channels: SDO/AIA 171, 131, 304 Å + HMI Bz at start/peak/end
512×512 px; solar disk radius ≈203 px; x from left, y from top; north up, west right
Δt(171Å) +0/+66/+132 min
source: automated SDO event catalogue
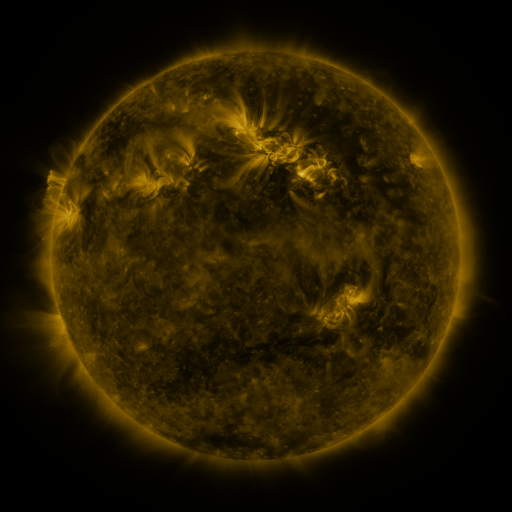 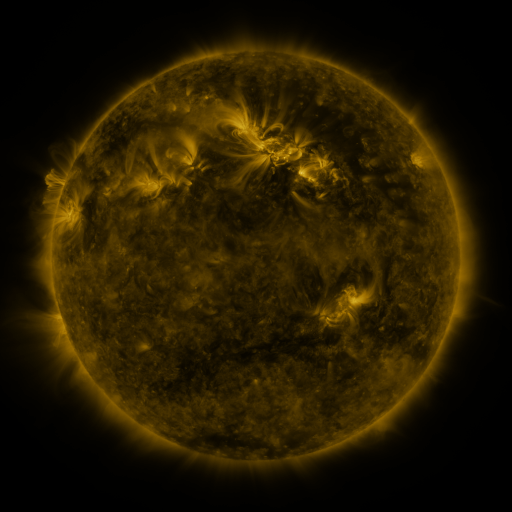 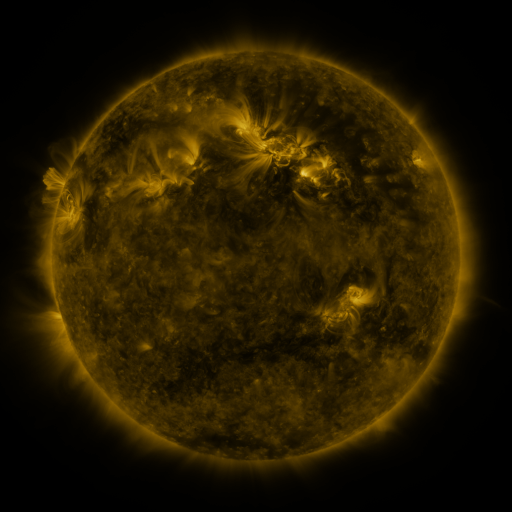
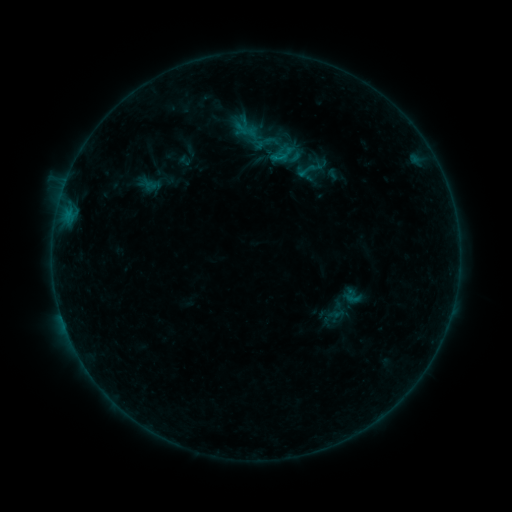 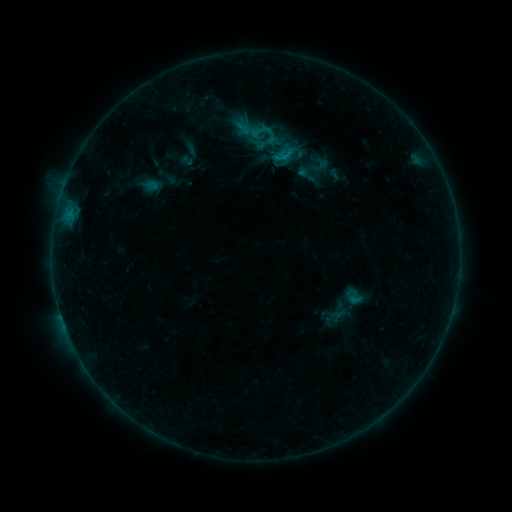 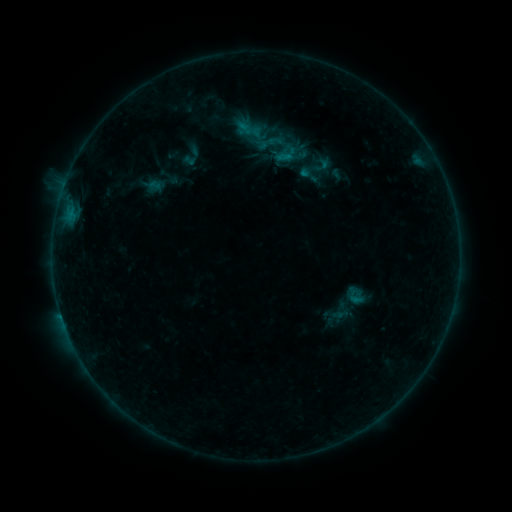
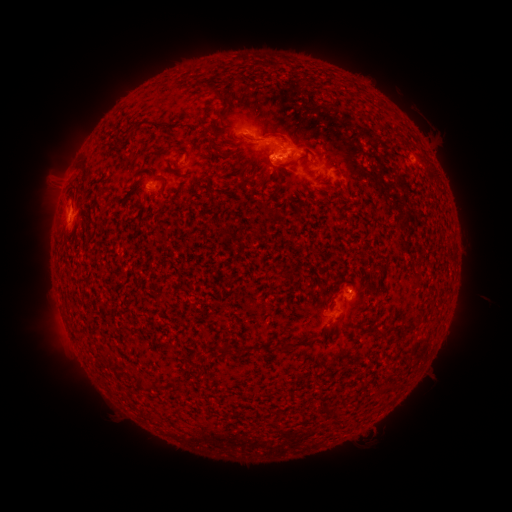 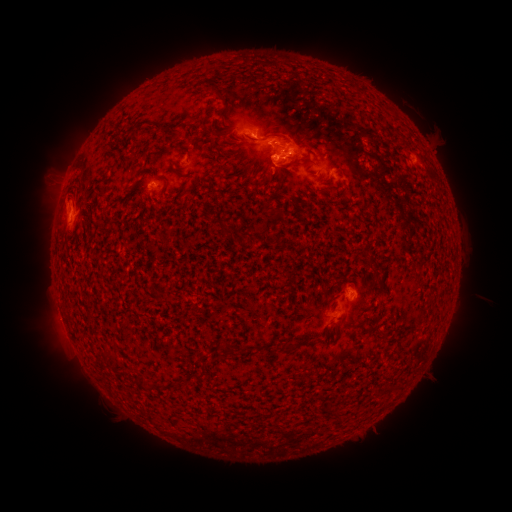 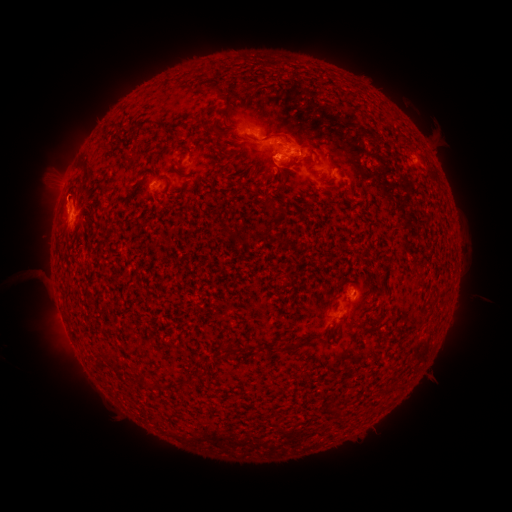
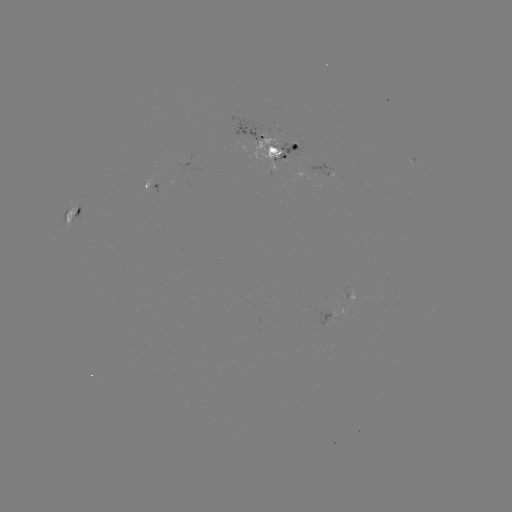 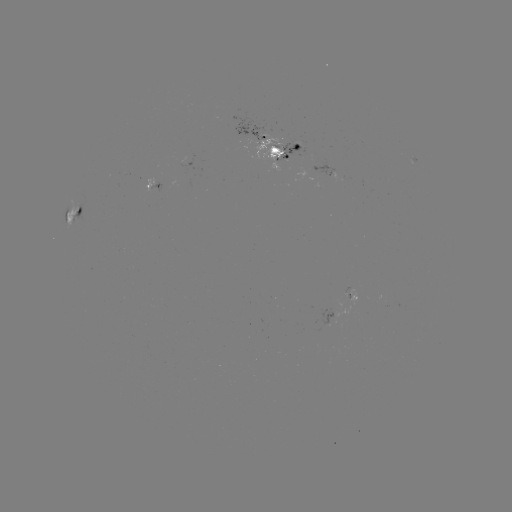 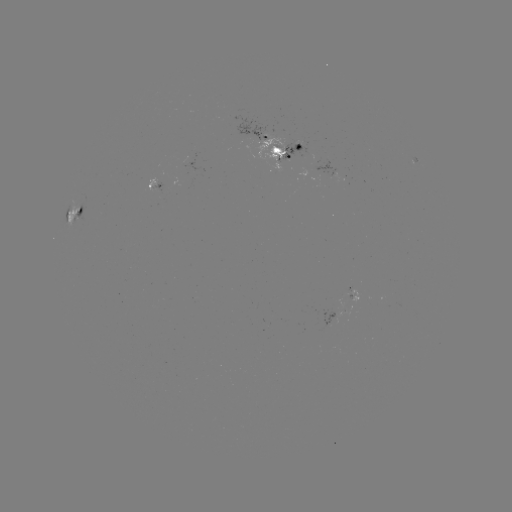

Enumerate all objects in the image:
emerging-flux region: (271, 146)
